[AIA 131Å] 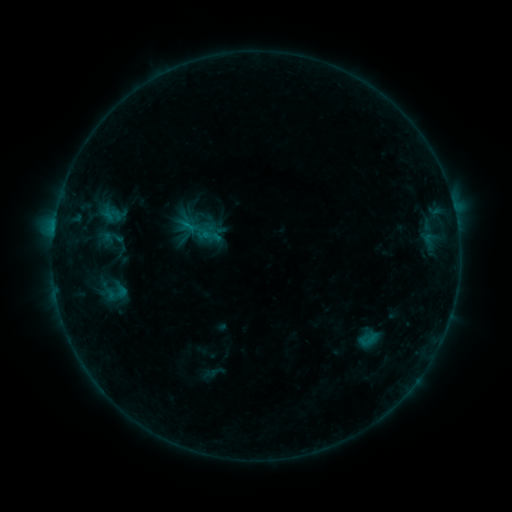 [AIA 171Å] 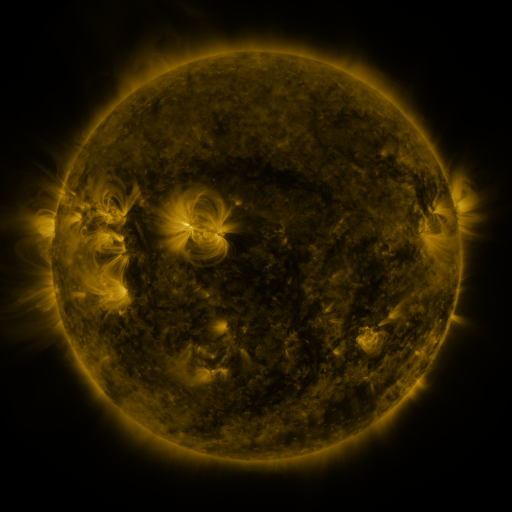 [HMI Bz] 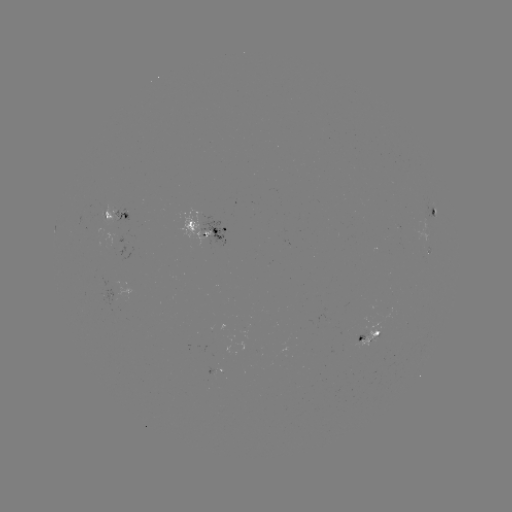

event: sigmoid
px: (369, 340)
